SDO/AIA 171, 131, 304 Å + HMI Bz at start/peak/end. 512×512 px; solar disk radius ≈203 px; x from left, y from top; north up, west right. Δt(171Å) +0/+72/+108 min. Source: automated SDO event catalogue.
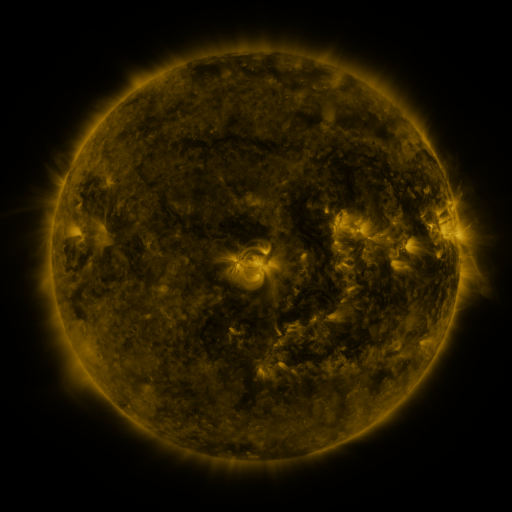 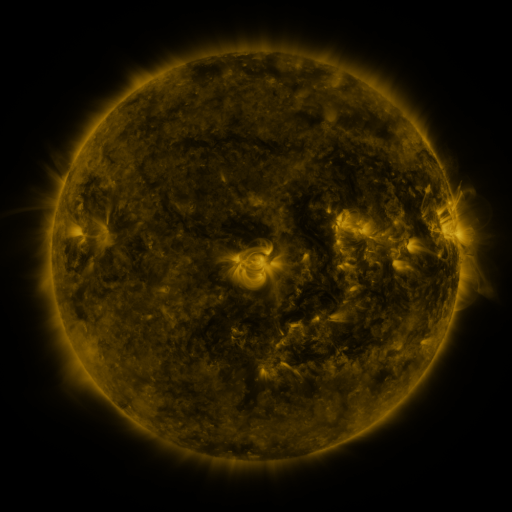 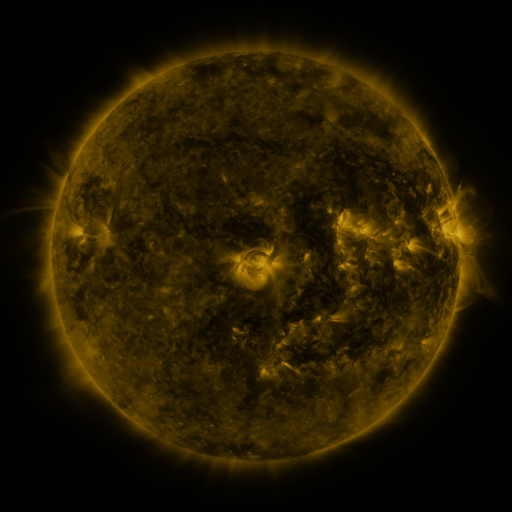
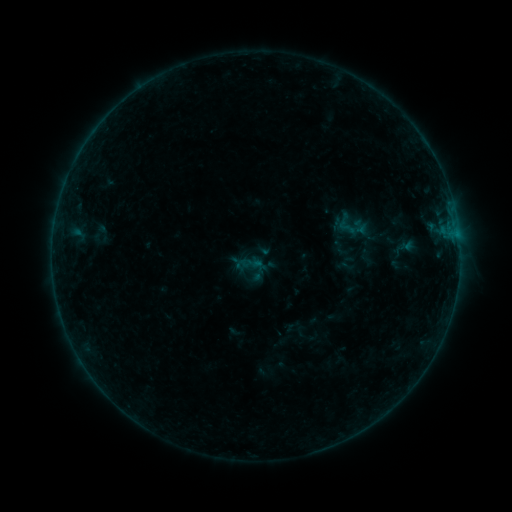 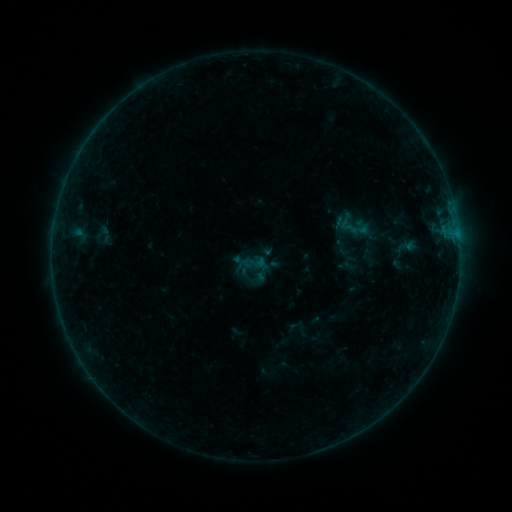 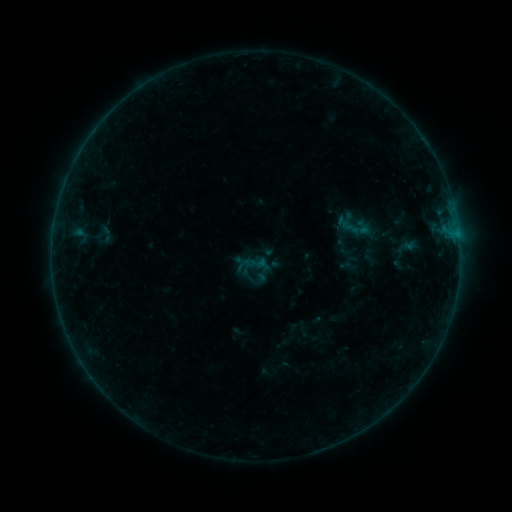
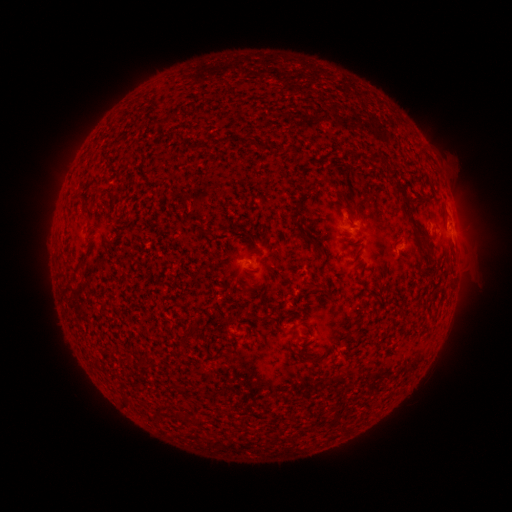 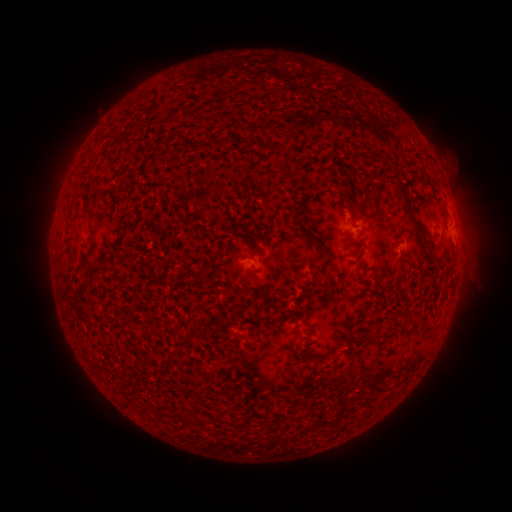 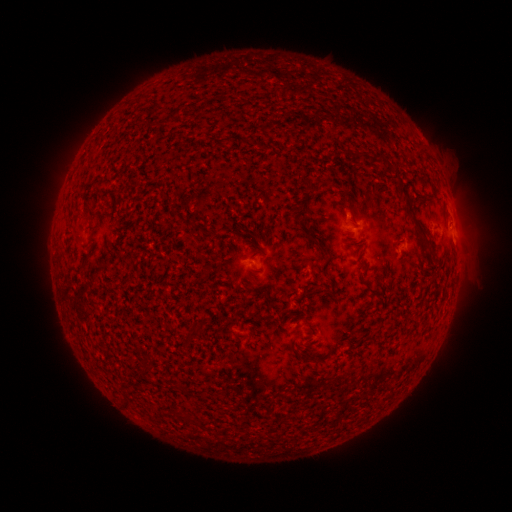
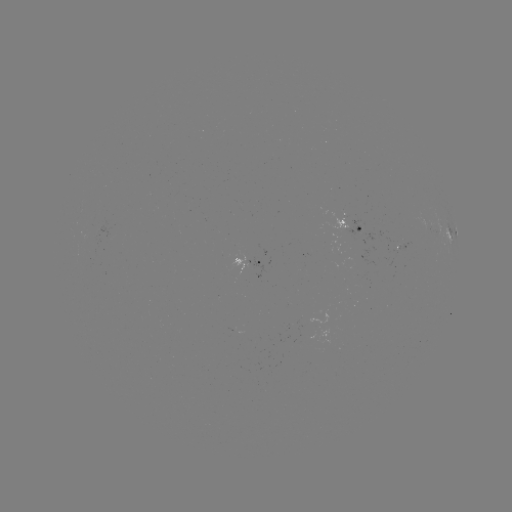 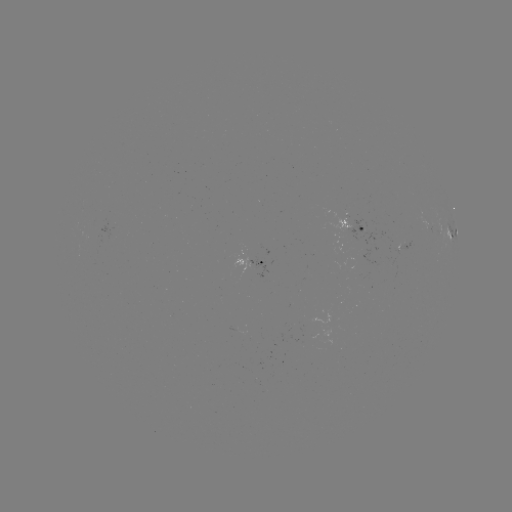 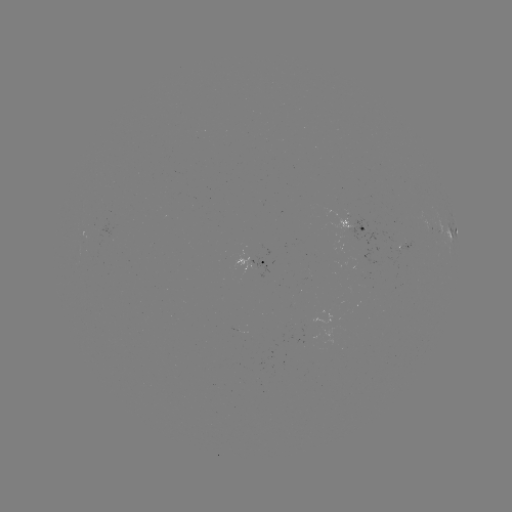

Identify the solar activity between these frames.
emerging-flux region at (382, 237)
